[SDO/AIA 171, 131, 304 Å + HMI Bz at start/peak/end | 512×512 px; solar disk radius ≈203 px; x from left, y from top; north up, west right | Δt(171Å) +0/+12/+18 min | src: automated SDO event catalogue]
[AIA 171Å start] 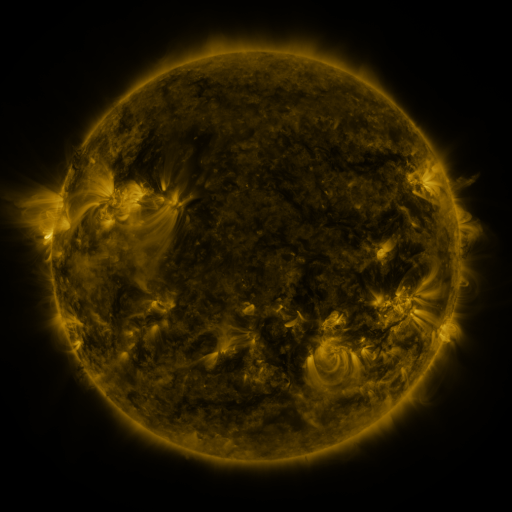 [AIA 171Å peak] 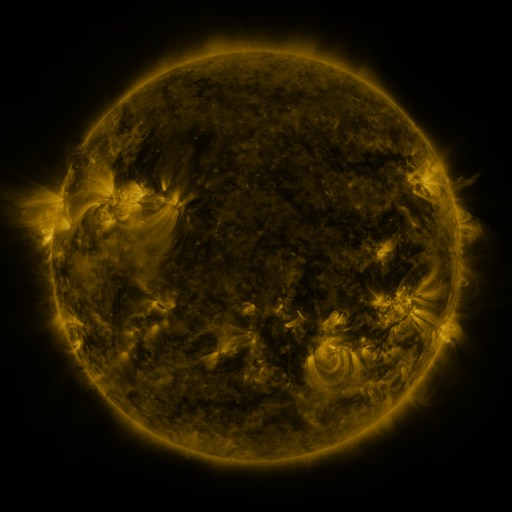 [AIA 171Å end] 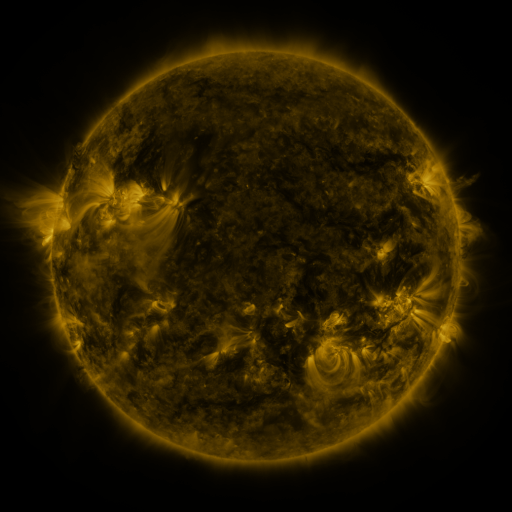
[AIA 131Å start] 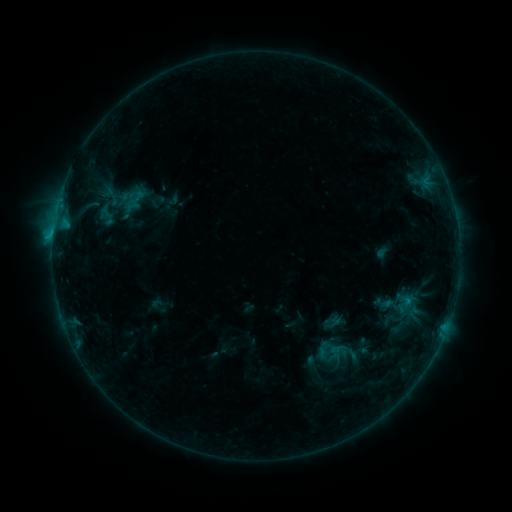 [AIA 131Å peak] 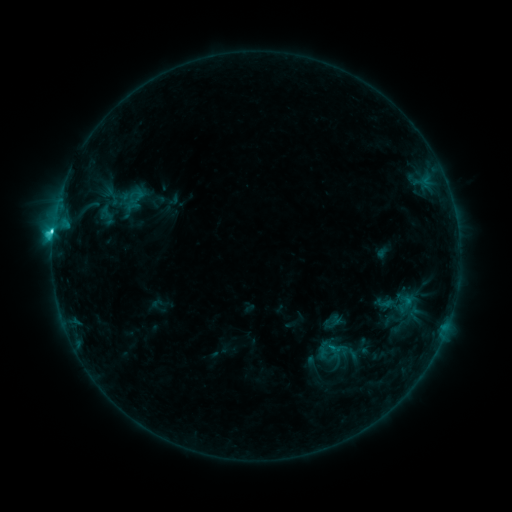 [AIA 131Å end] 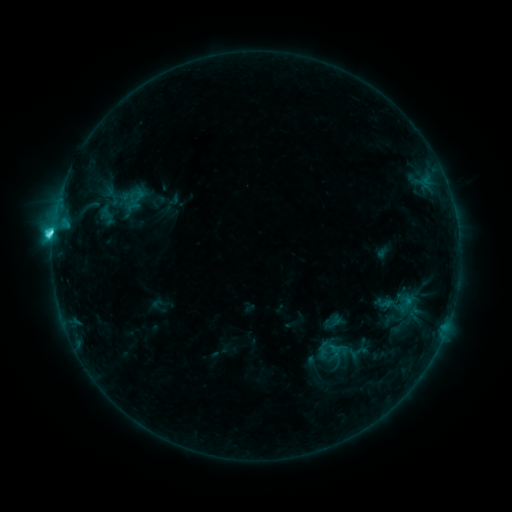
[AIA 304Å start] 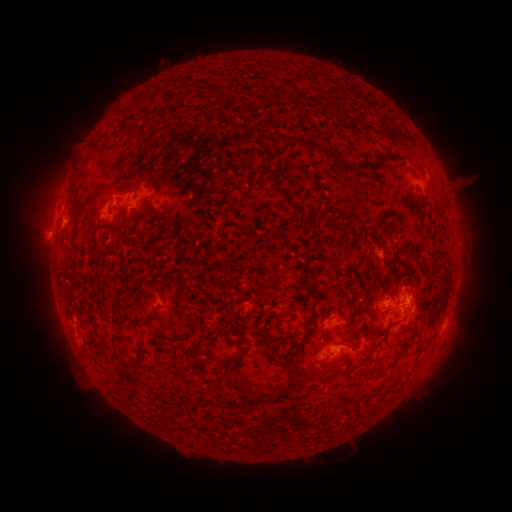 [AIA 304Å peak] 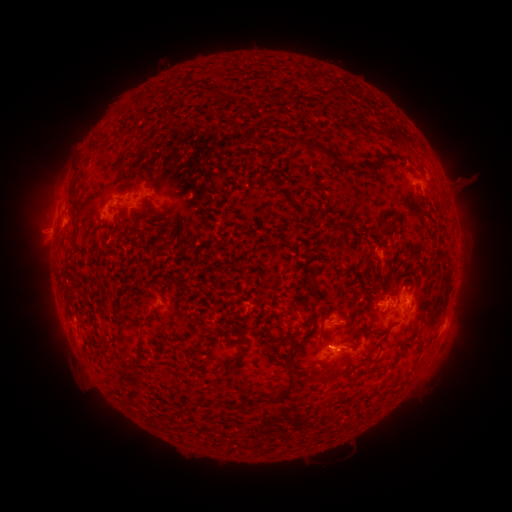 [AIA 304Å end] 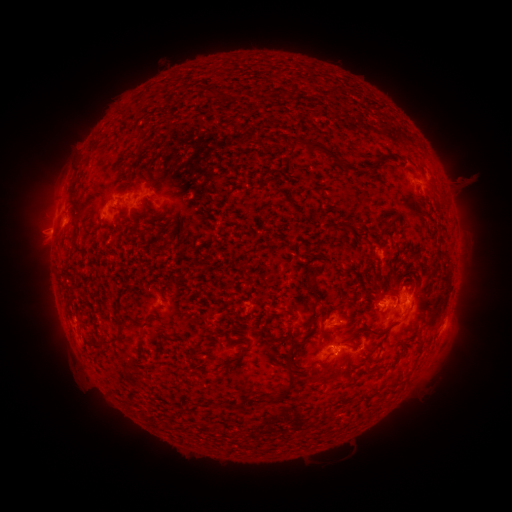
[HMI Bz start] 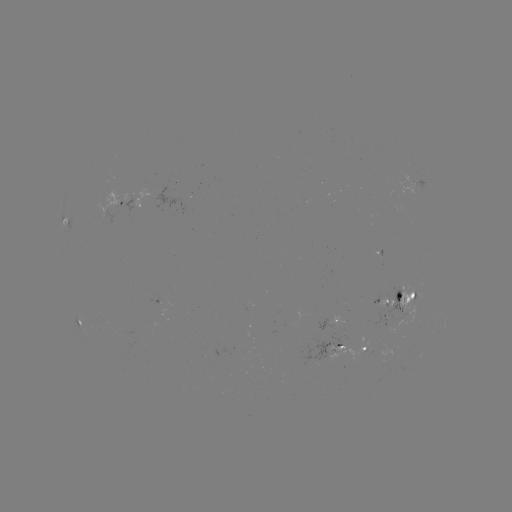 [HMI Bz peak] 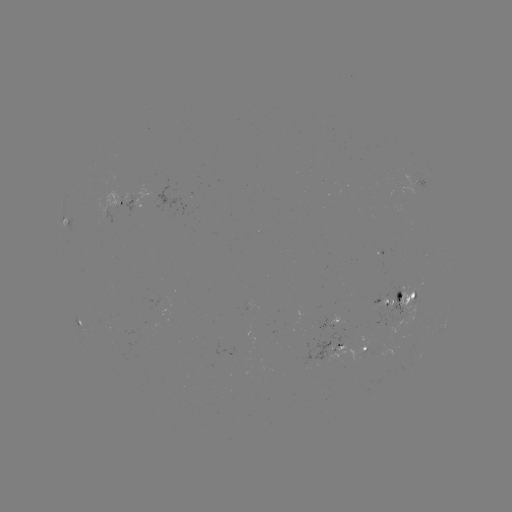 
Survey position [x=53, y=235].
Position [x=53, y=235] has C3.7 flare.